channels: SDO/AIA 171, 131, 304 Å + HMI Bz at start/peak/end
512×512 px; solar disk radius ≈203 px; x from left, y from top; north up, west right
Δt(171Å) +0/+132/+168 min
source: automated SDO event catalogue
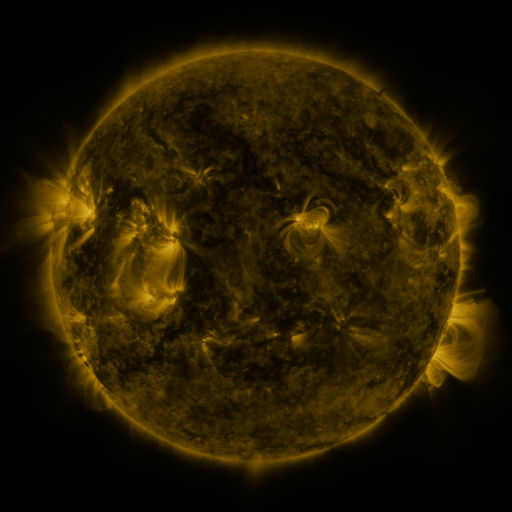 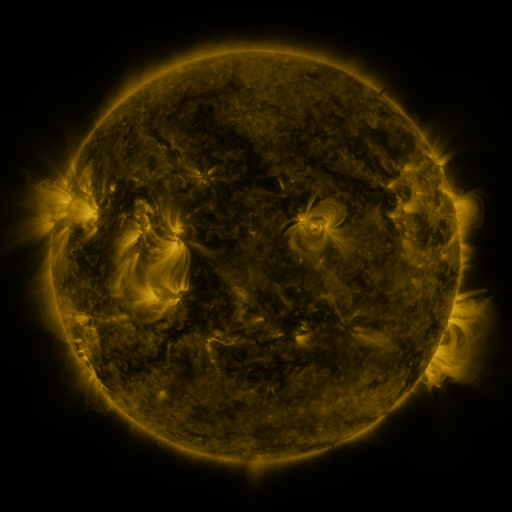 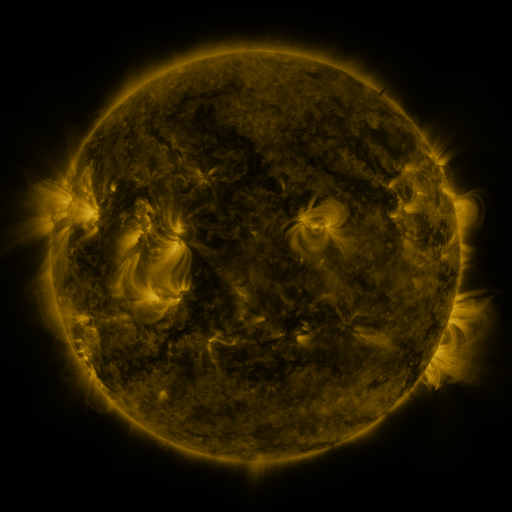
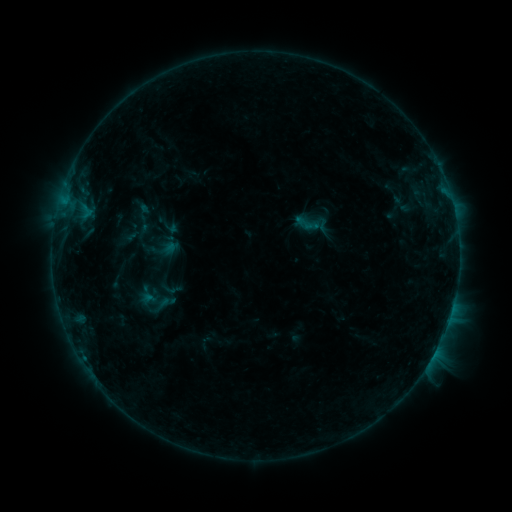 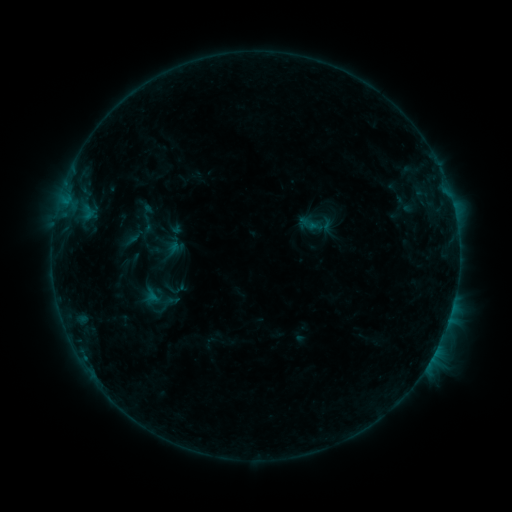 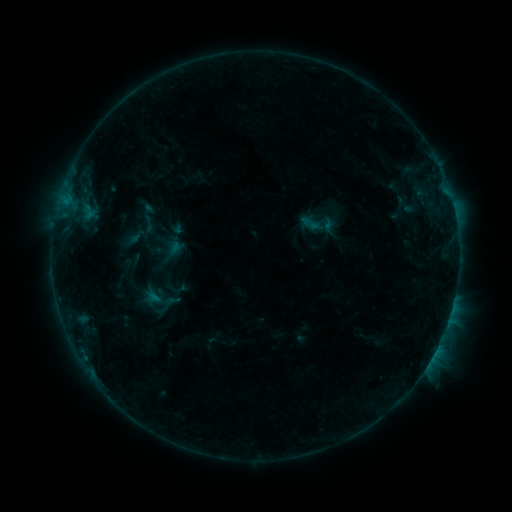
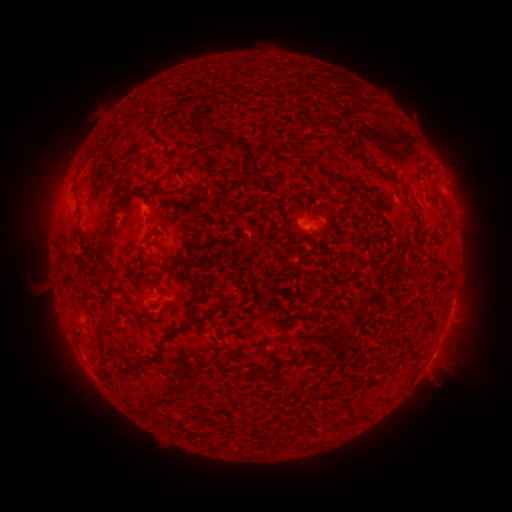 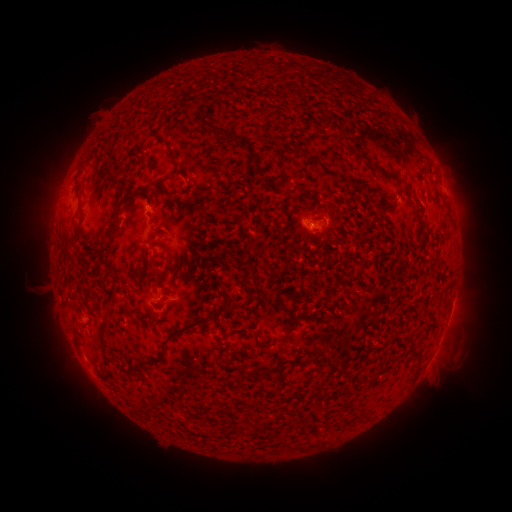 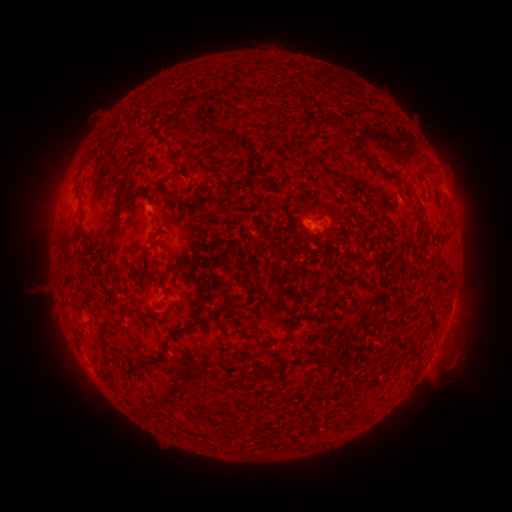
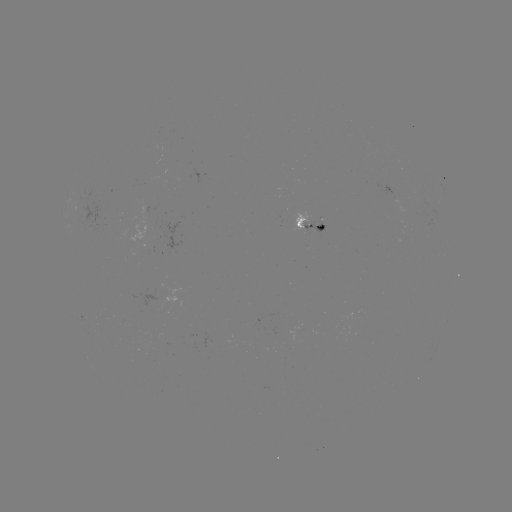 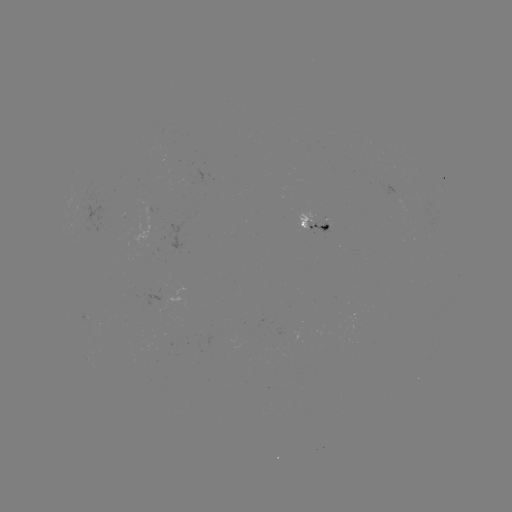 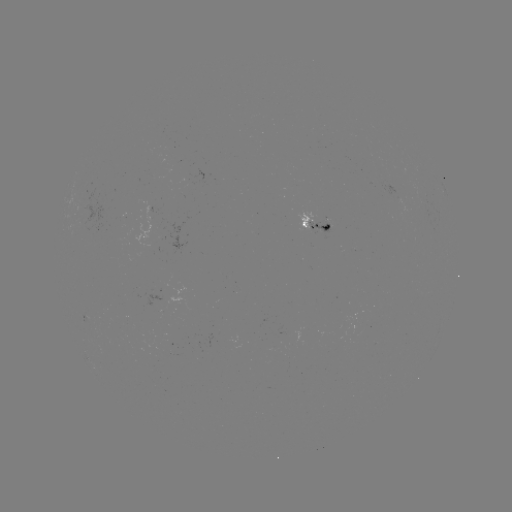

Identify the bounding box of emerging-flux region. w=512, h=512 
[305, 220, 331, 233].